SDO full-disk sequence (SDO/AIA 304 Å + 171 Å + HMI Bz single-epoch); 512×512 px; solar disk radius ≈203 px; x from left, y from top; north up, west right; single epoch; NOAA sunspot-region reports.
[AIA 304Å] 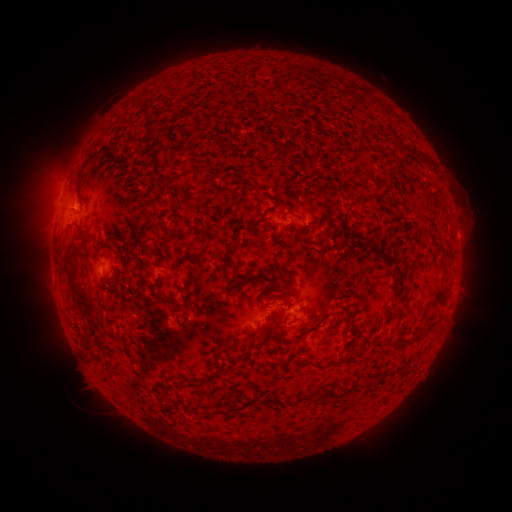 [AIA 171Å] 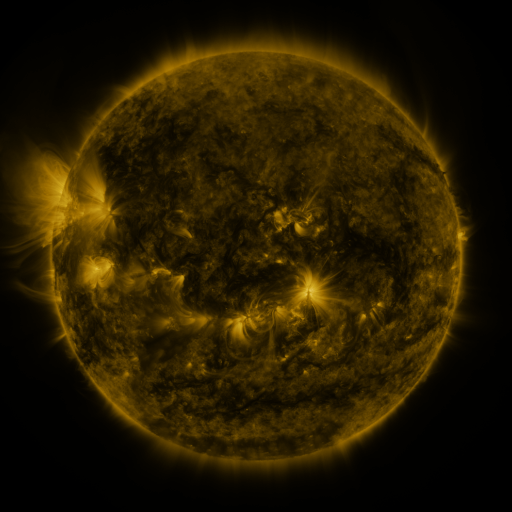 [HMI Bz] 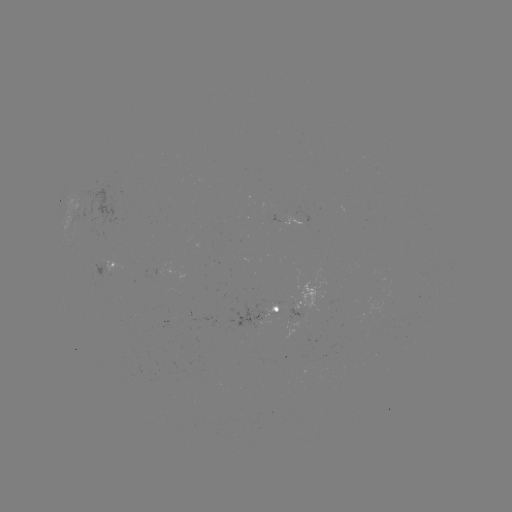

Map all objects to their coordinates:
spotted active region: (117, 265)
spotted active region: (310, 303)
spotted active region: (279, 310)
